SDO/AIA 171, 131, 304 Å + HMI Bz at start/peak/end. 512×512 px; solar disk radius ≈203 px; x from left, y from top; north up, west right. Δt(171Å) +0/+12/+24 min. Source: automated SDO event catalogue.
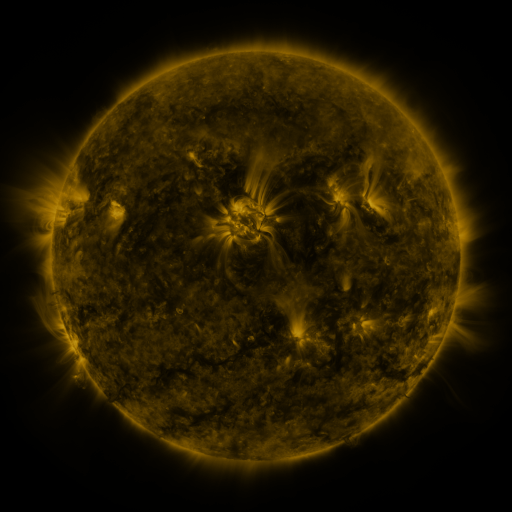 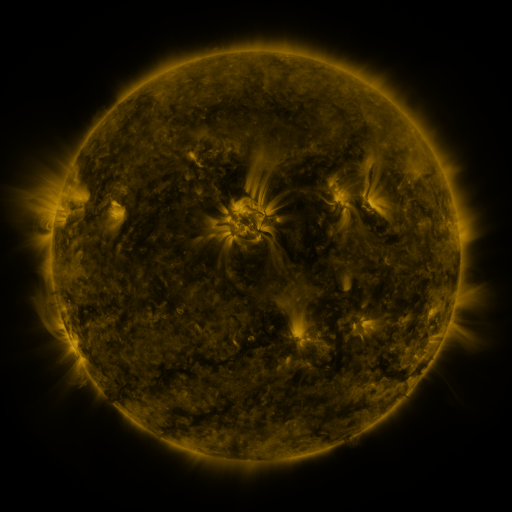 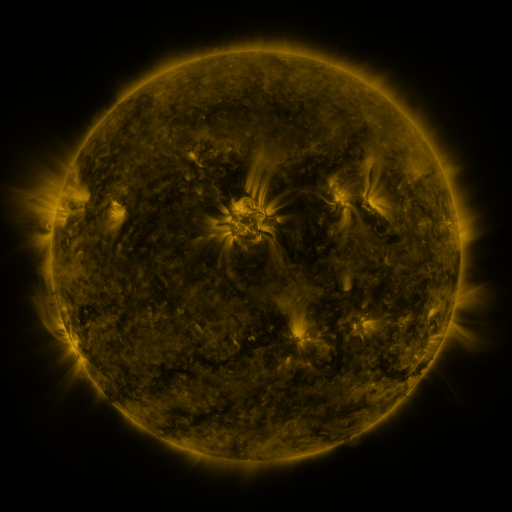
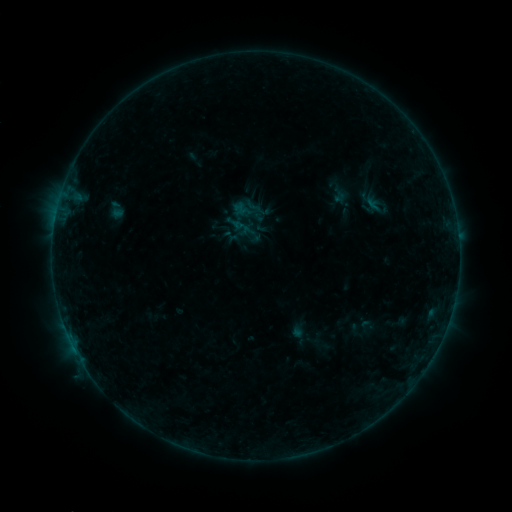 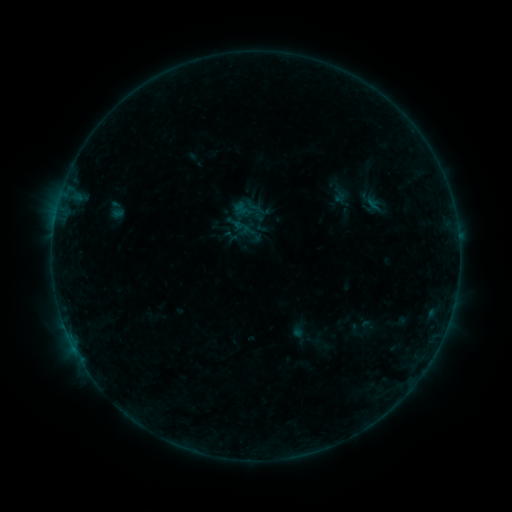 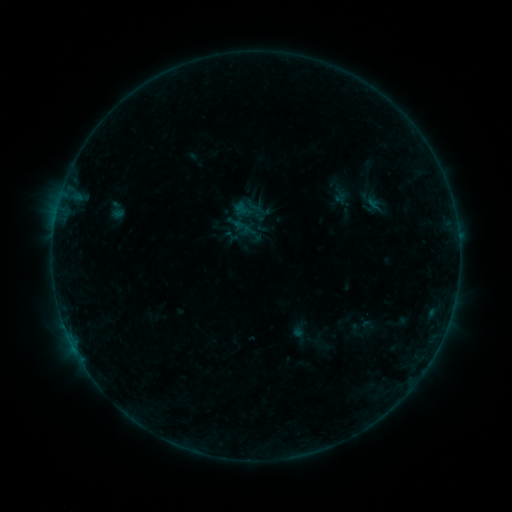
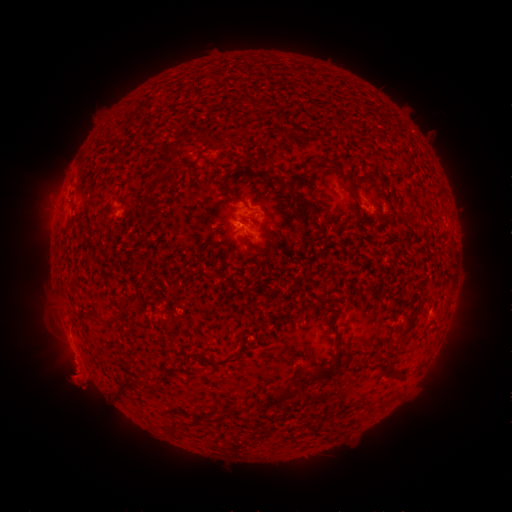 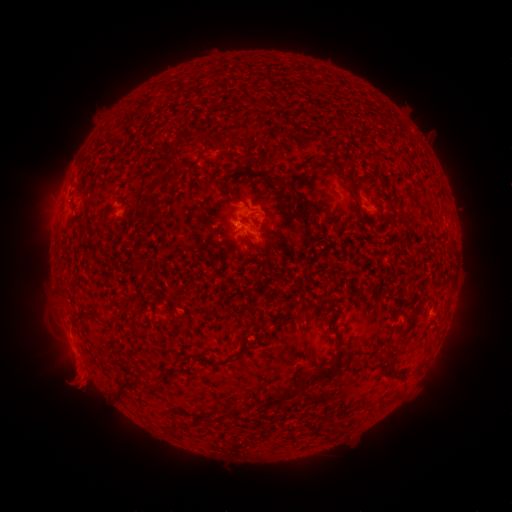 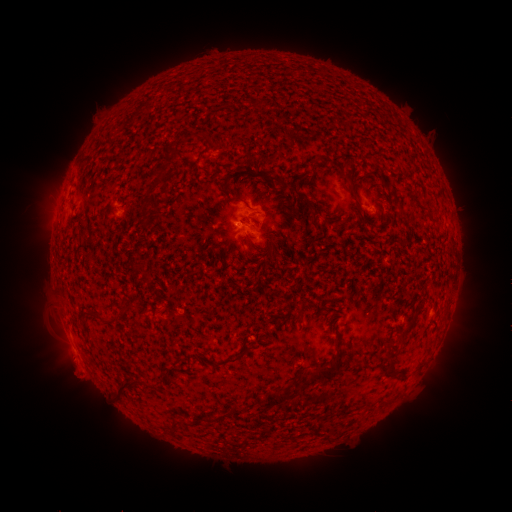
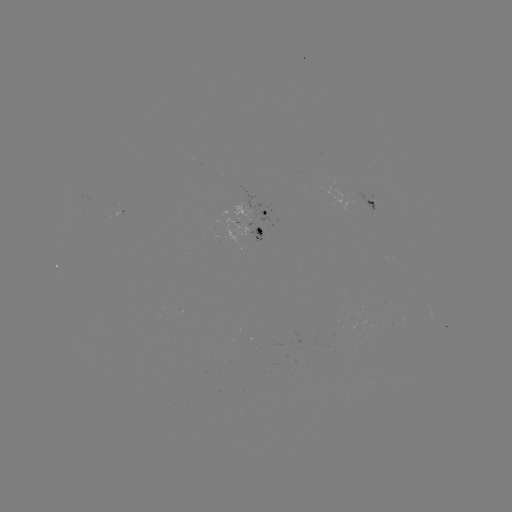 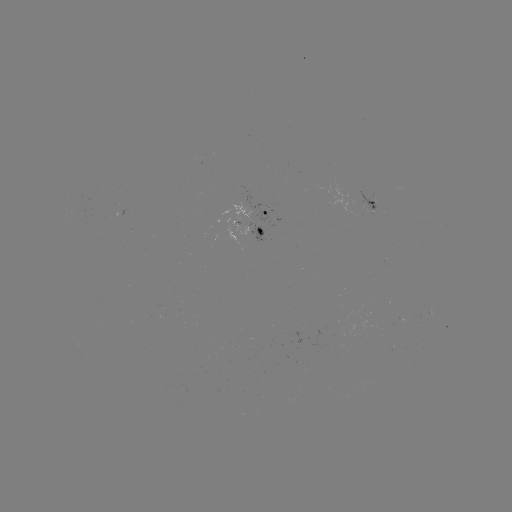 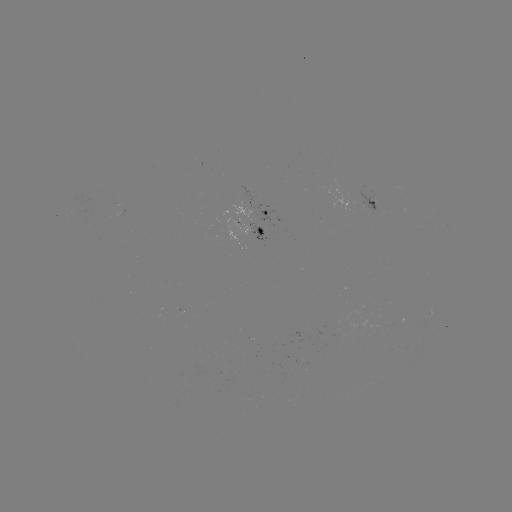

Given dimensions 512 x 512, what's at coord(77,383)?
eruption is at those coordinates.